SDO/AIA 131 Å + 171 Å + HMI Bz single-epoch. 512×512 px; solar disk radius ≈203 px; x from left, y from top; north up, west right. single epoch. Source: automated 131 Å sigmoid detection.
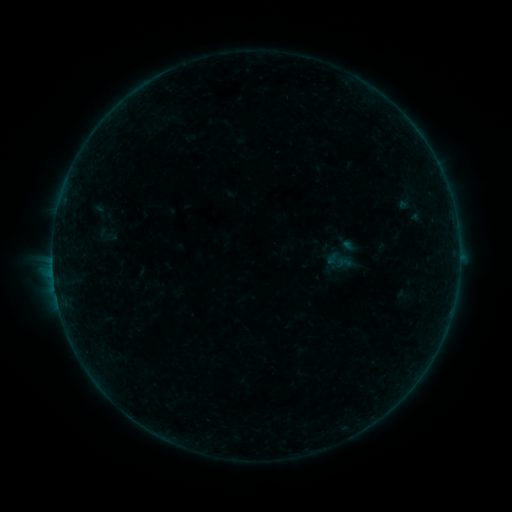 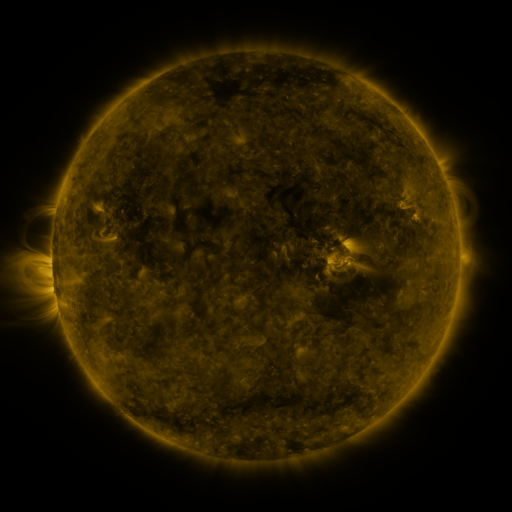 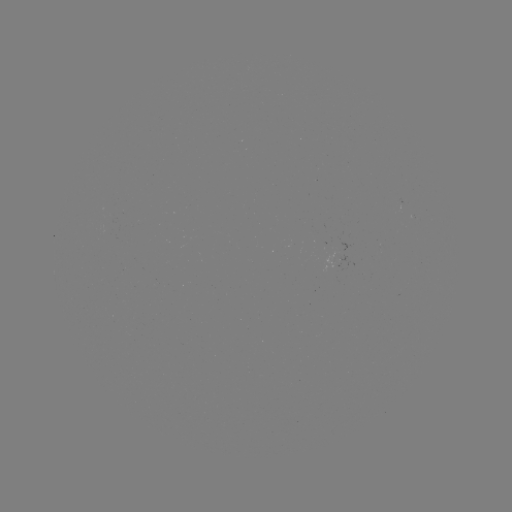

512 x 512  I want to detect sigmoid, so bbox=[95, 222, 118, 249].